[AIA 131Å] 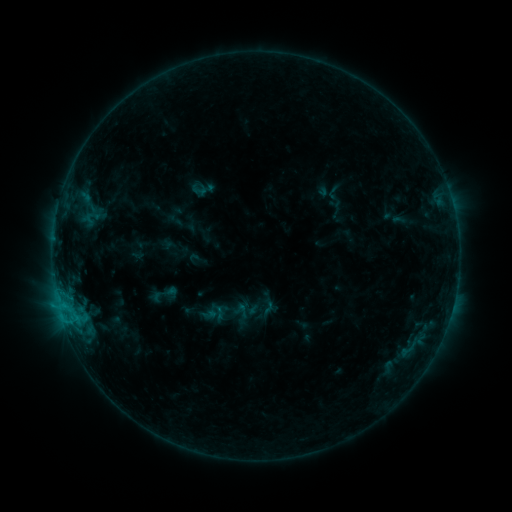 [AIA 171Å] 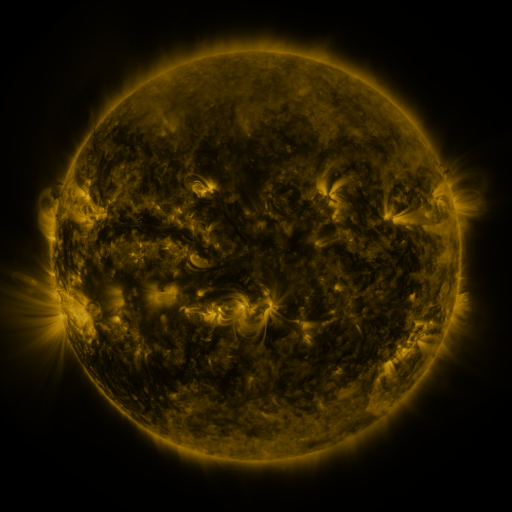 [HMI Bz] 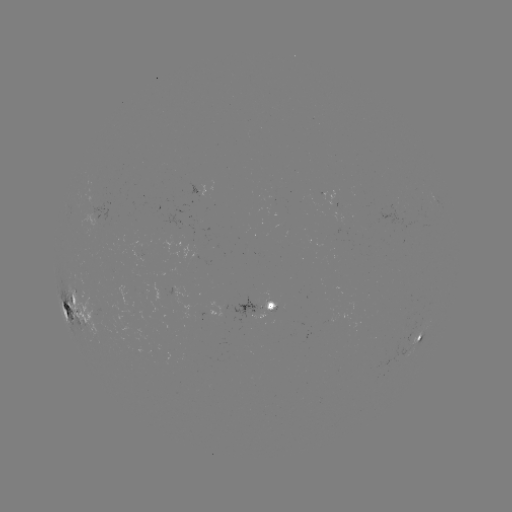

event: sigmoid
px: (200, 190)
